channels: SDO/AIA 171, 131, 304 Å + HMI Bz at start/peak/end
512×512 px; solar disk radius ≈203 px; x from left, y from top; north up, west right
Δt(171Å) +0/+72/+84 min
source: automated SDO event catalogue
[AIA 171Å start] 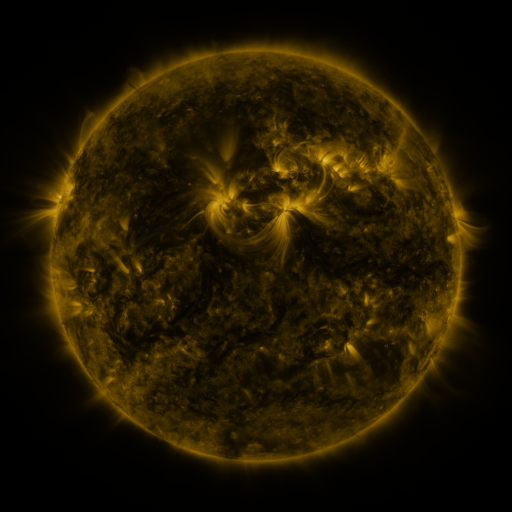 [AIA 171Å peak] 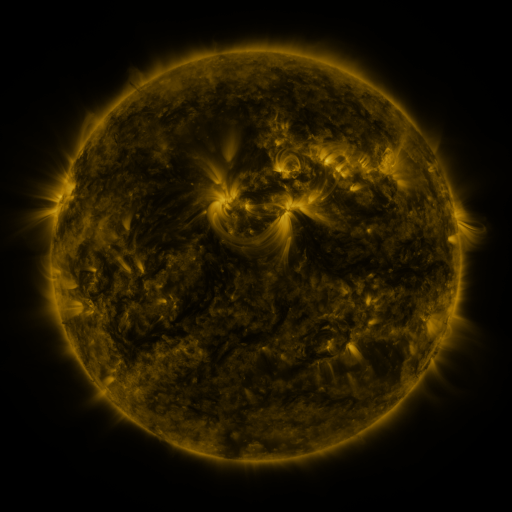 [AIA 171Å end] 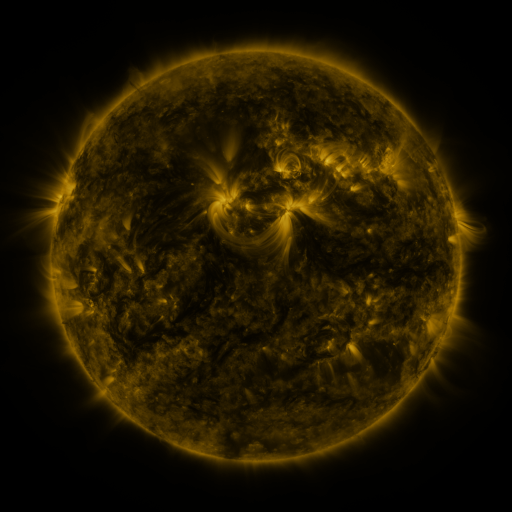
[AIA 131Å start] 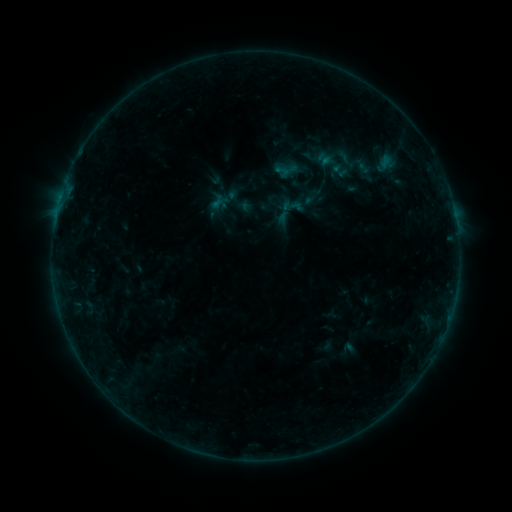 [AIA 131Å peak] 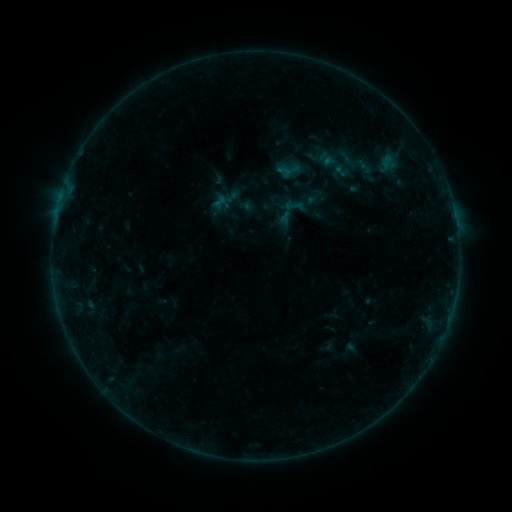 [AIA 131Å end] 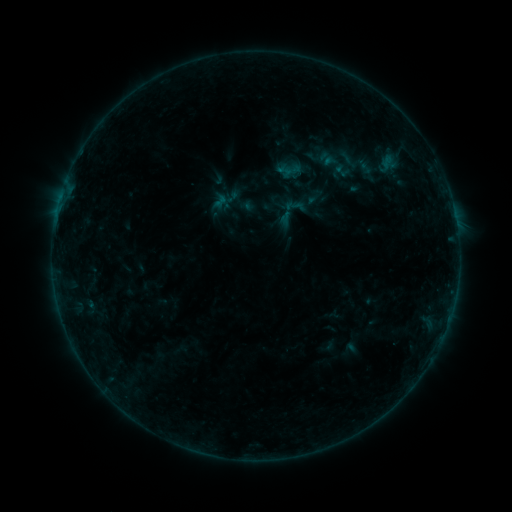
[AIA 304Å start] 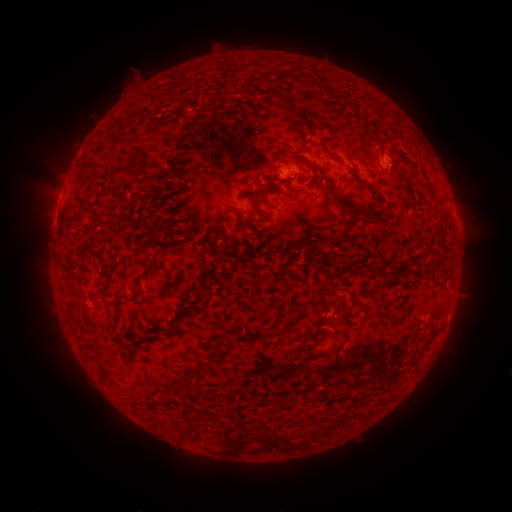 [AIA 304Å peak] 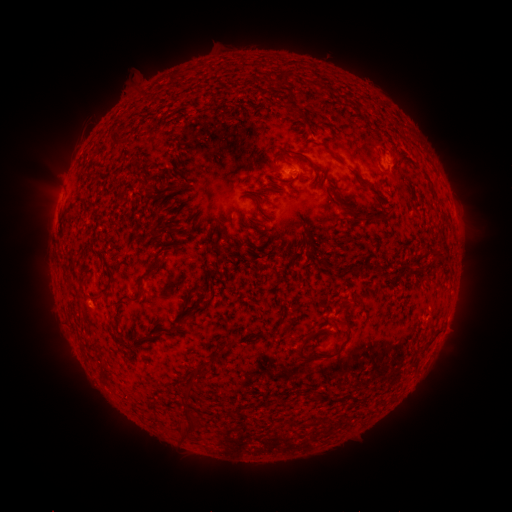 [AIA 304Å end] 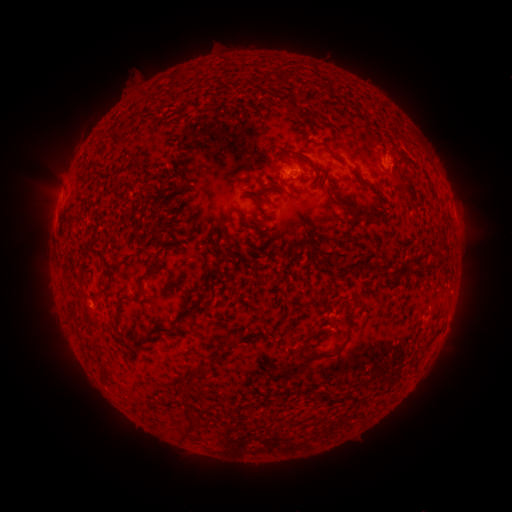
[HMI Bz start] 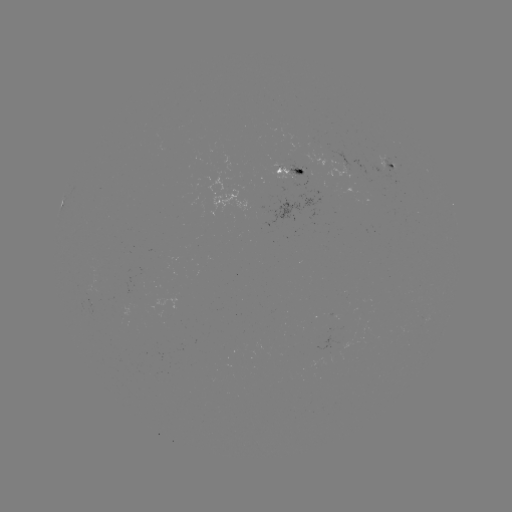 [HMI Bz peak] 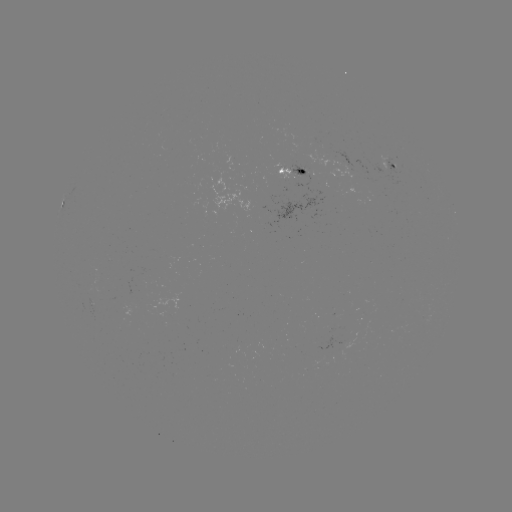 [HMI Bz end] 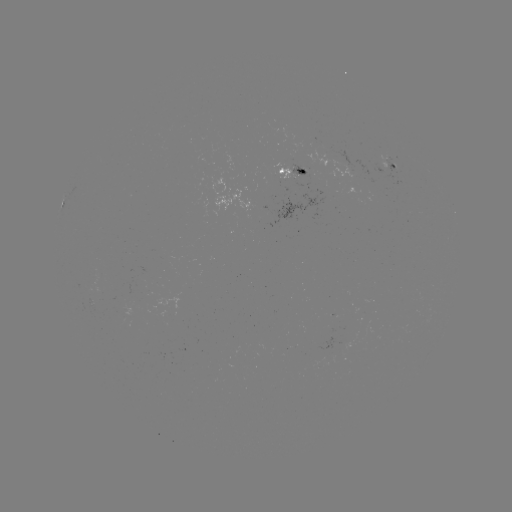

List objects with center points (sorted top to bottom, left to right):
emerging-flux region: (296, 175)
